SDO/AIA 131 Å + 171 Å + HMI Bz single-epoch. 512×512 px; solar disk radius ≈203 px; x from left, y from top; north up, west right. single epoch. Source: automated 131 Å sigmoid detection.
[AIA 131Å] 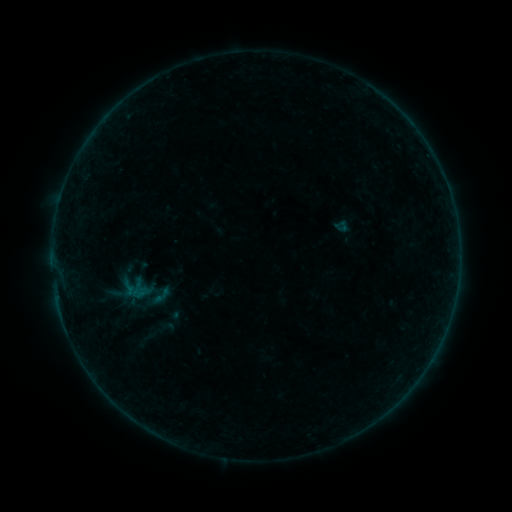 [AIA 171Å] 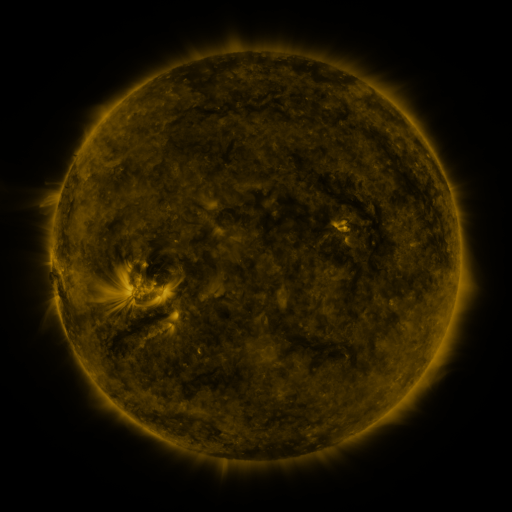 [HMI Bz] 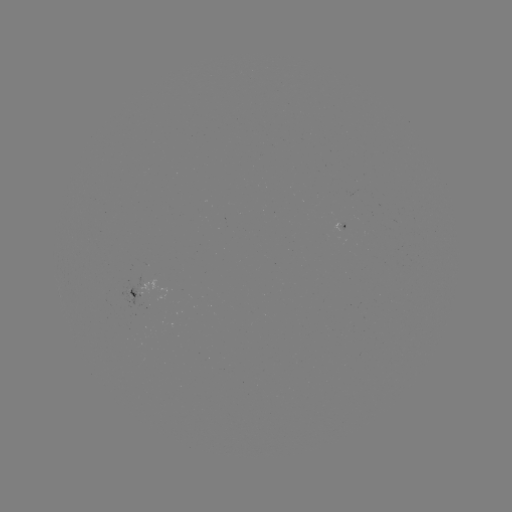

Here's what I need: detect sigmoid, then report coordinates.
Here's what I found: sigmoid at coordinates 161,296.